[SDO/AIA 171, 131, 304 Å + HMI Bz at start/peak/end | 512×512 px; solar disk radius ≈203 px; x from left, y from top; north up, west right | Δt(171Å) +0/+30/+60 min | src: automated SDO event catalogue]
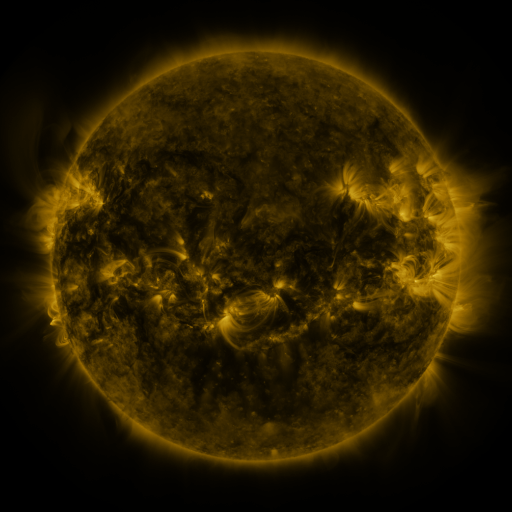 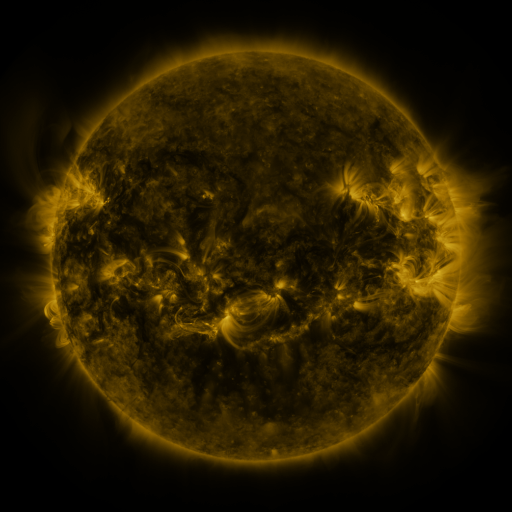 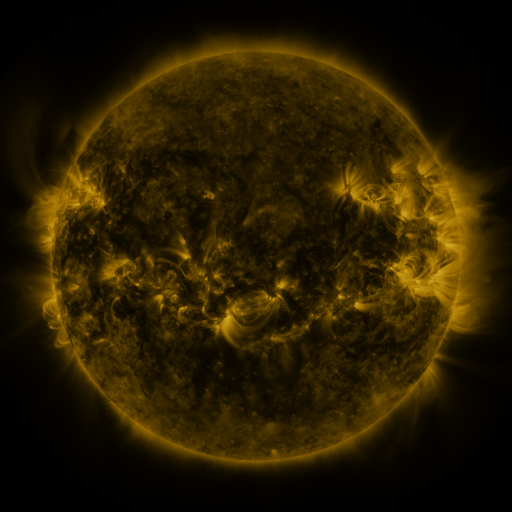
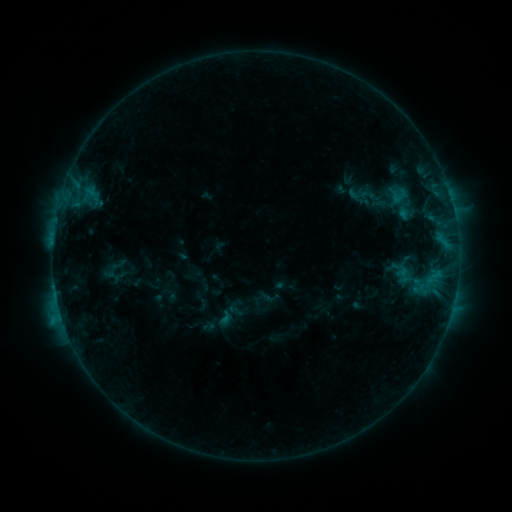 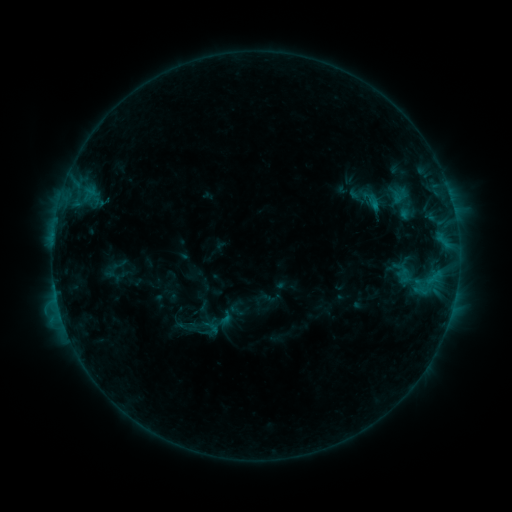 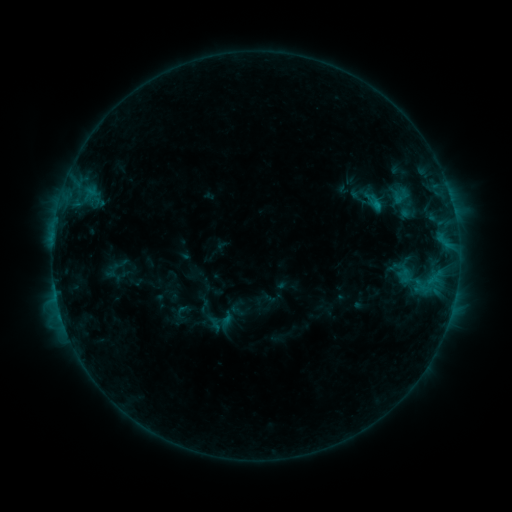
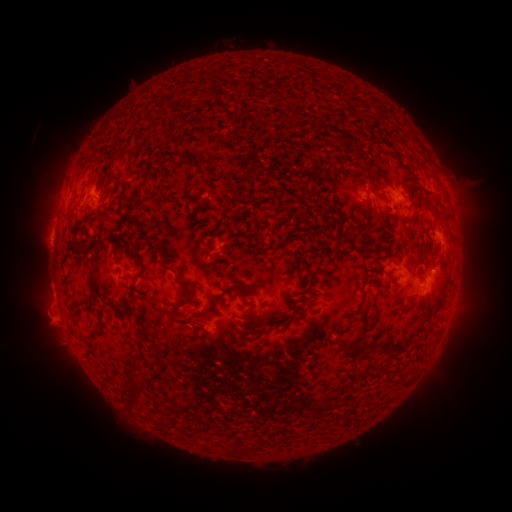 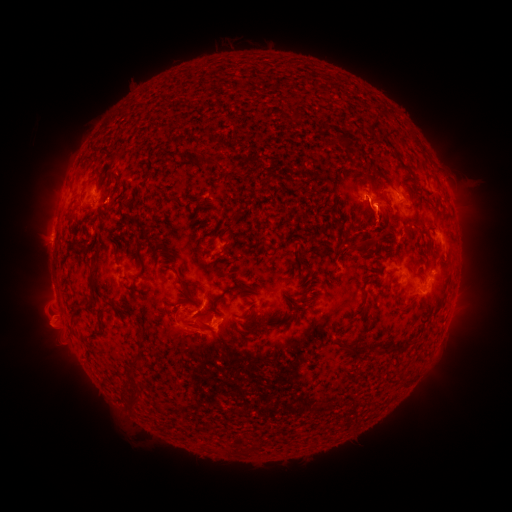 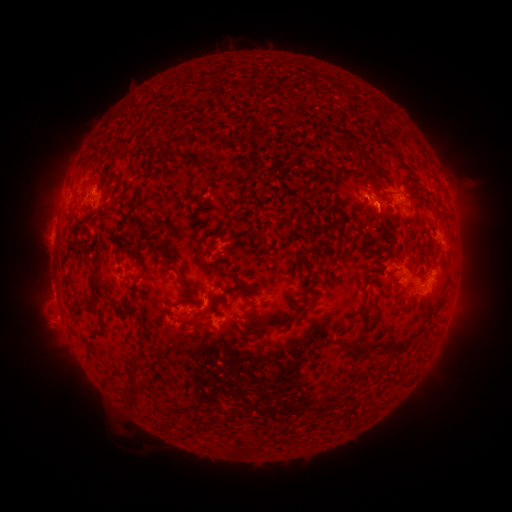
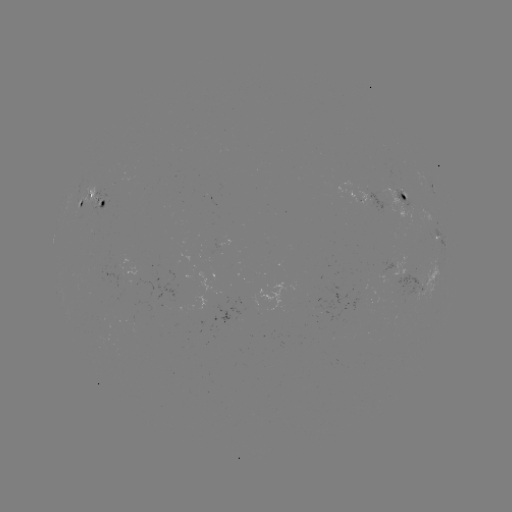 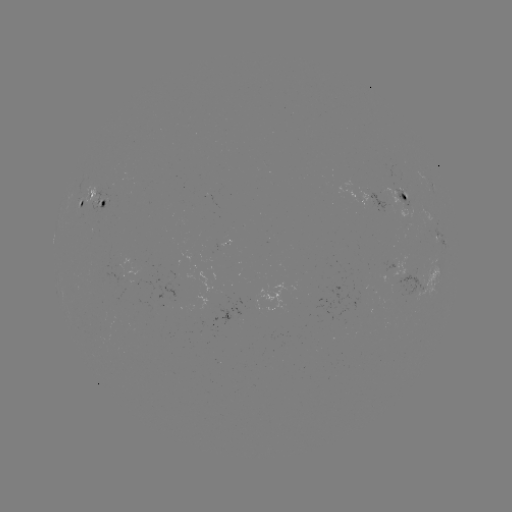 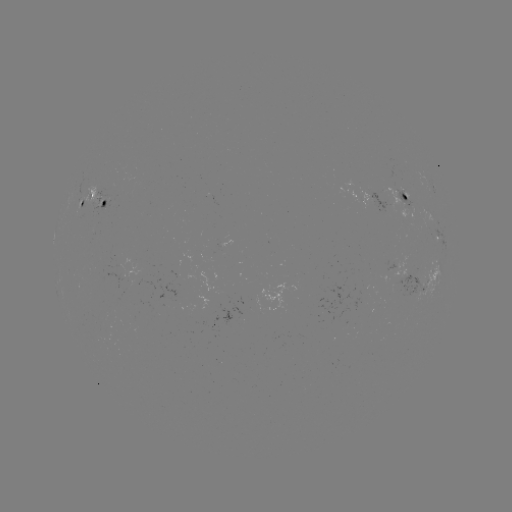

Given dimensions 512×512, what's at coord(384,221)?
filament eruption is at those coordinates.